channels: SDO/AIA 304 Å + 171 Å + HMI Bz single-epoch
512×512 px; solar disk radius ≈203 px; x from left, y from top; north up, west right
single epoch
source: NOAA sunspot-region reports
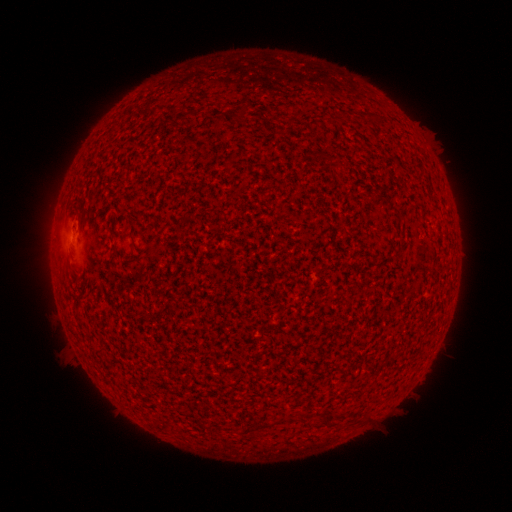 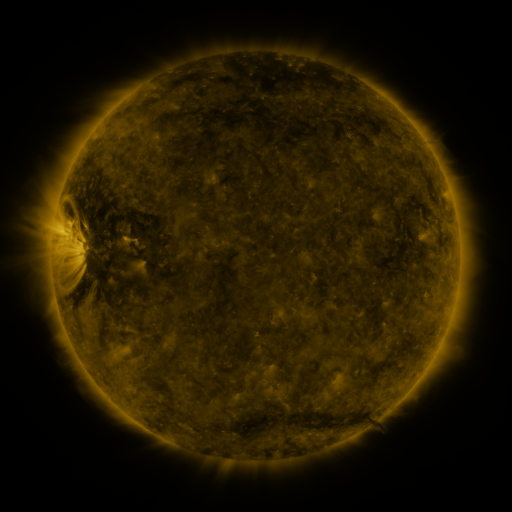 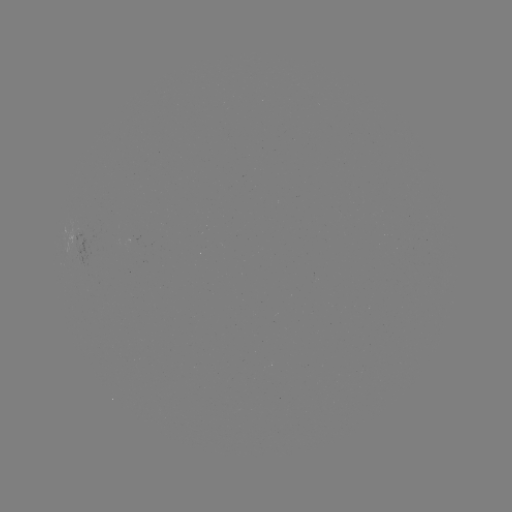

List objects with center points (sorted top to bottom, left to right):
(none)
